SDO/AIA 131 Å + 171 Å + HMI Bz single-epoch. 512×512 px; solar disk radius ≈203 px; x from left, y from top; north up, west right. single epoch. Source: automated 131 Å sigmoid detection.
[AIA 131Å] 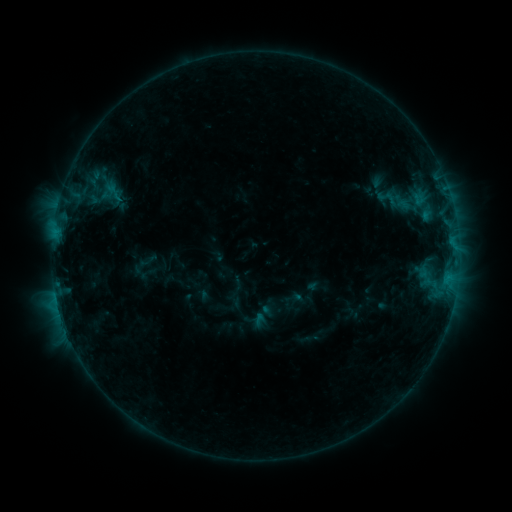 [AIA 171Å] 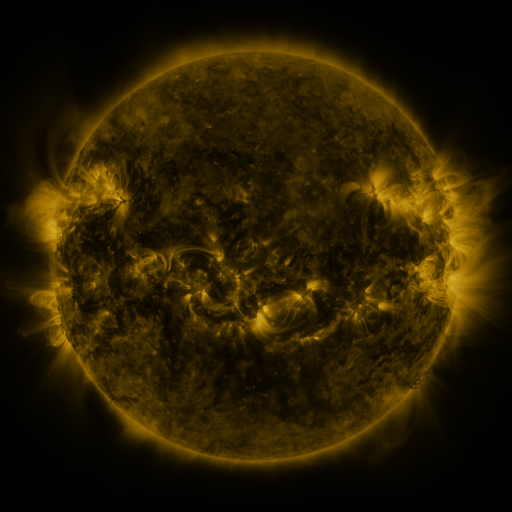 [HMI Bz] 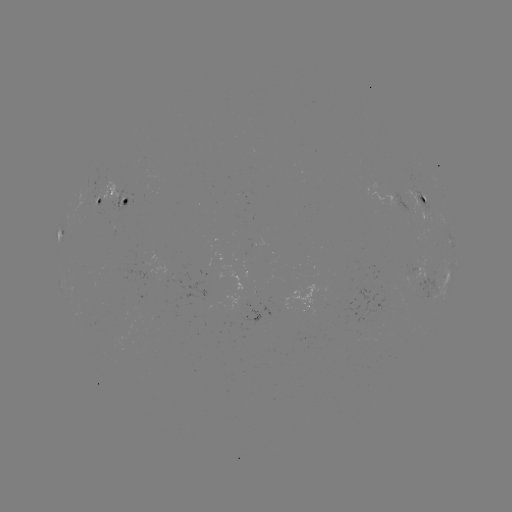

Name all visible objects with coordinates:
sigmoid: <bbox>373, 185, 401, 211</bbox>
